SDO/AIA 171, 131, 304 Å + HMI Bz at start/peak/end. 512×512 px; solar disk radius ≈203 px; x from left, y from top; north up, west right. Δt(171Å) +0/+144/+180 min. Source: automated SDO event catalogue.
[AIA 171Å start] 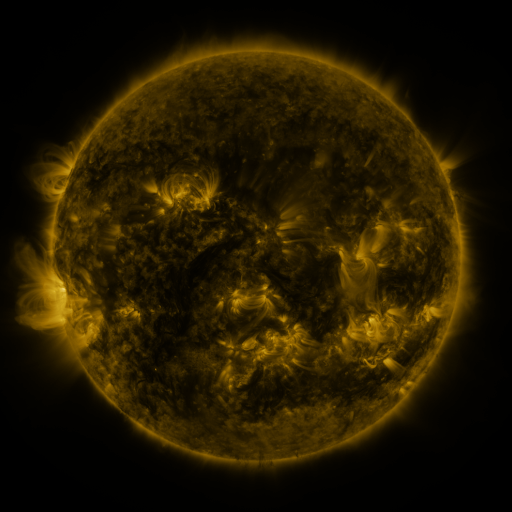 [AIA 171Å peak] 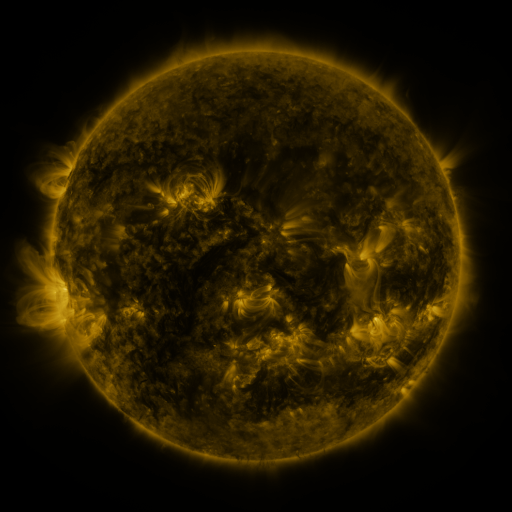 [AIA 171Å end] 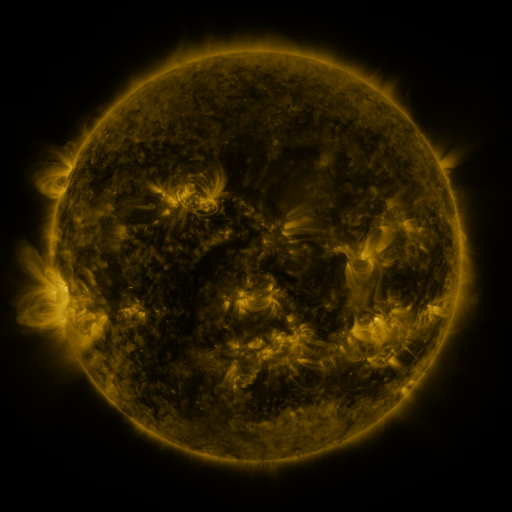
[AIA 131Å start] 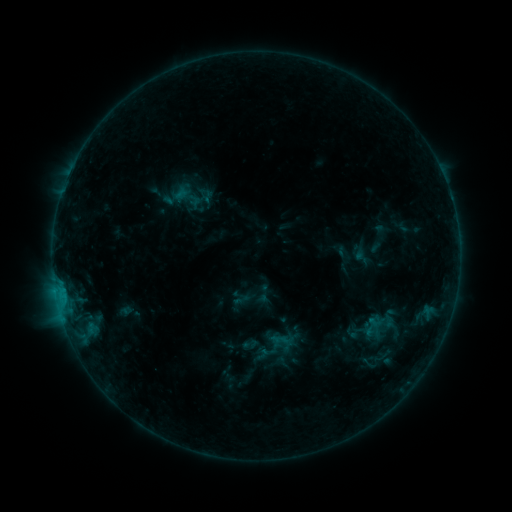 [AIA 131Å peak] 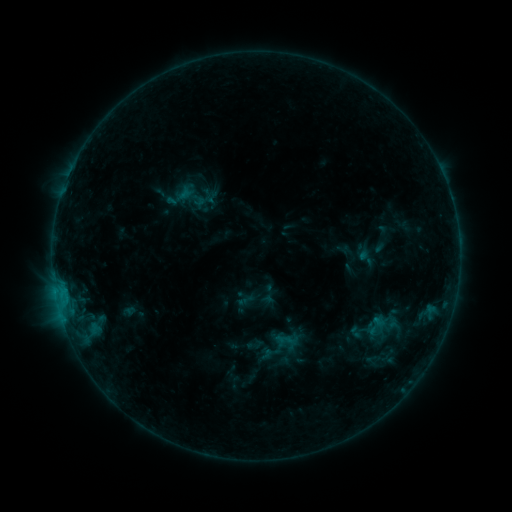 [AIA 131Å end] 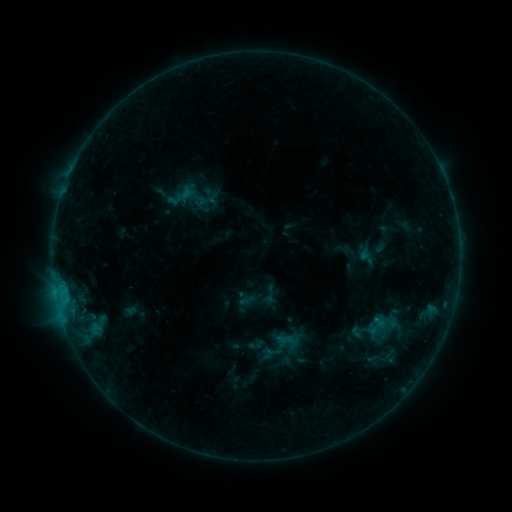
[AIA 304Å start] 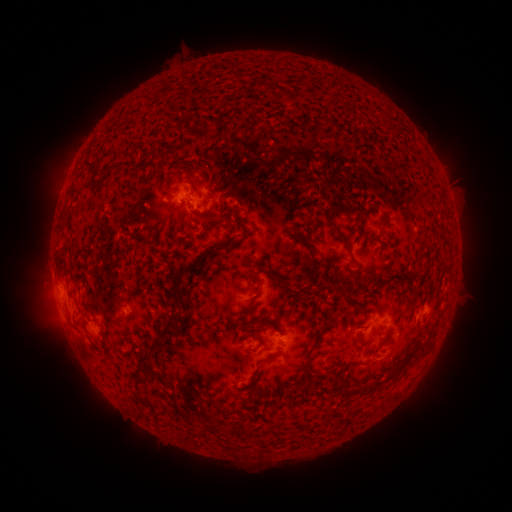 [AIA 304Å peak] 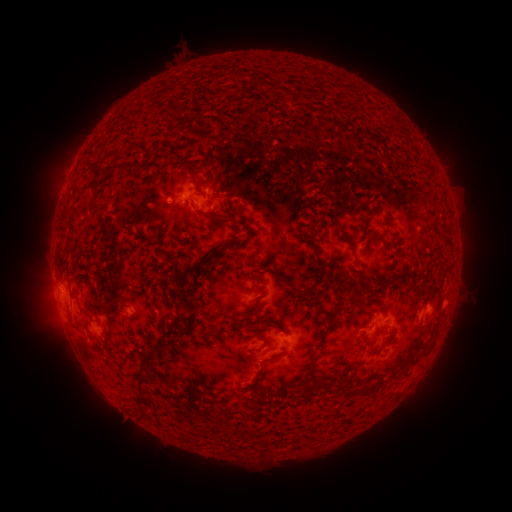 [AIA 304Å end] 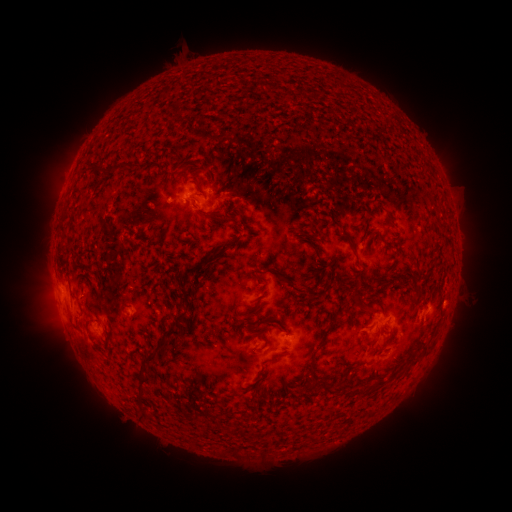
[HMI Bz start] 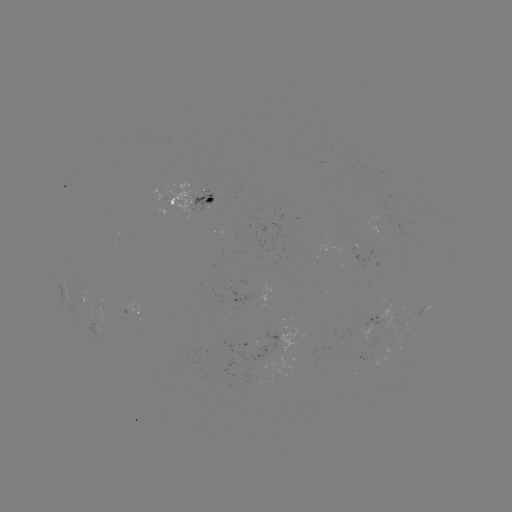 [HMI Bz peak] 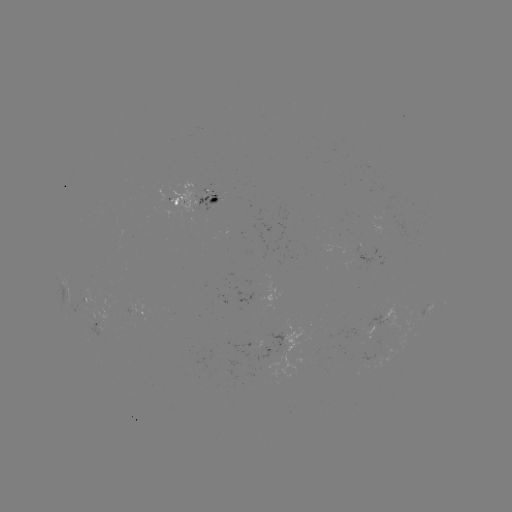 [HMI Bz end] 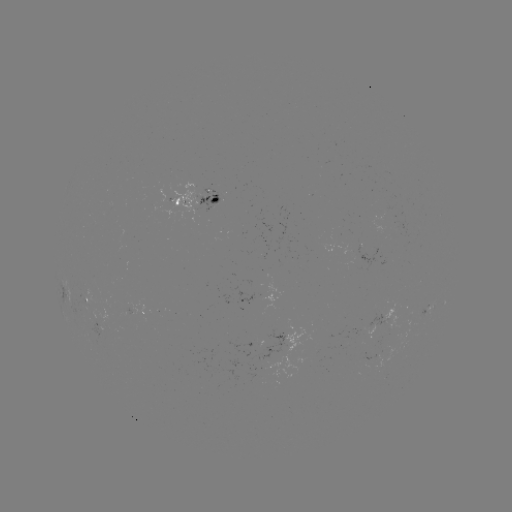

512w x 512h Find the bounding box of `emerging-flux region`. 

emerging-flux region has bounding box [158, 197, 171, 207].